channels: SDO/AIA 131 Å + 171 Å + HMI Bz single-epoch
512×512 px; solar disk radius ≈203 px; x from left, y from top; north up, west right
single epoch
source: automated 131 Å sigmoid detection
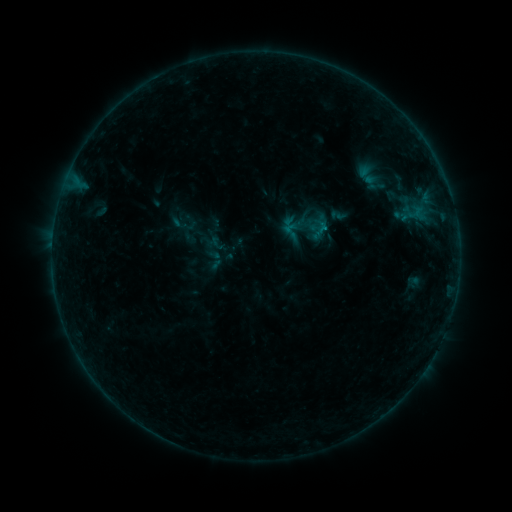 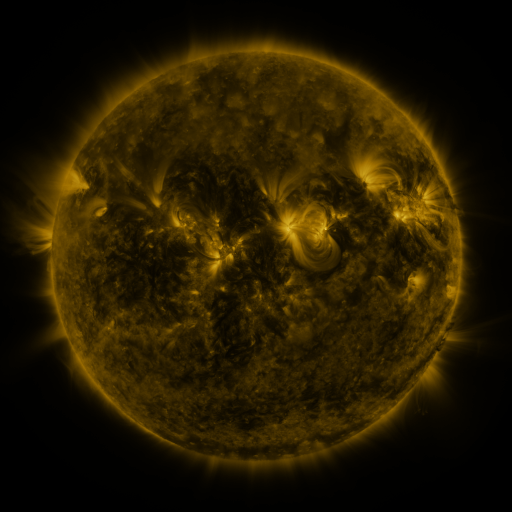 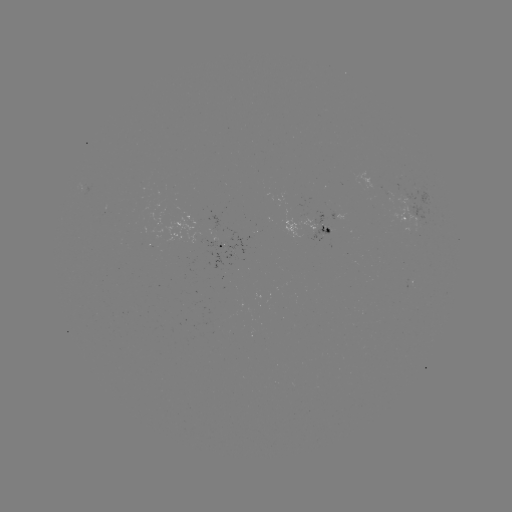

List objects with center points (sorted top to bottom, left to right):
sigmoid: [385, 173, 412, 190]
